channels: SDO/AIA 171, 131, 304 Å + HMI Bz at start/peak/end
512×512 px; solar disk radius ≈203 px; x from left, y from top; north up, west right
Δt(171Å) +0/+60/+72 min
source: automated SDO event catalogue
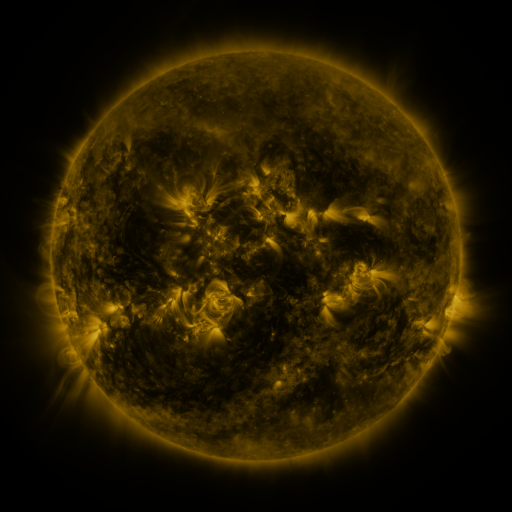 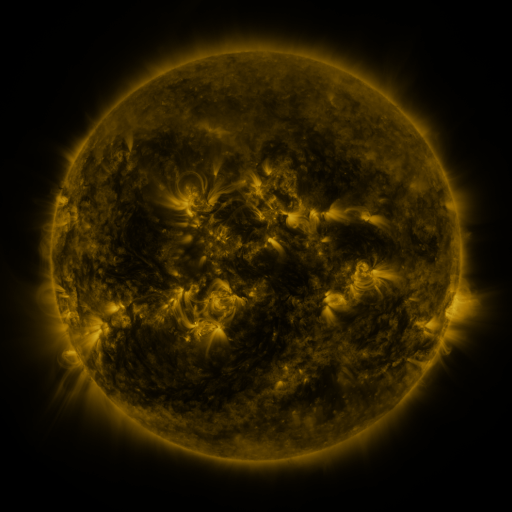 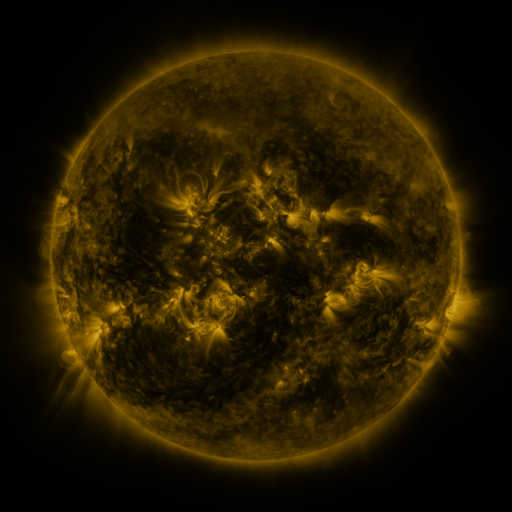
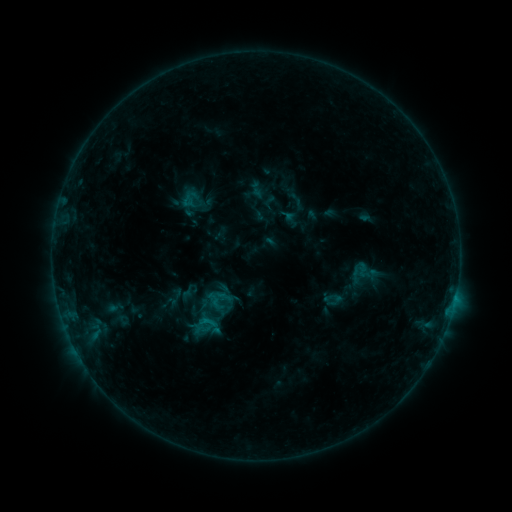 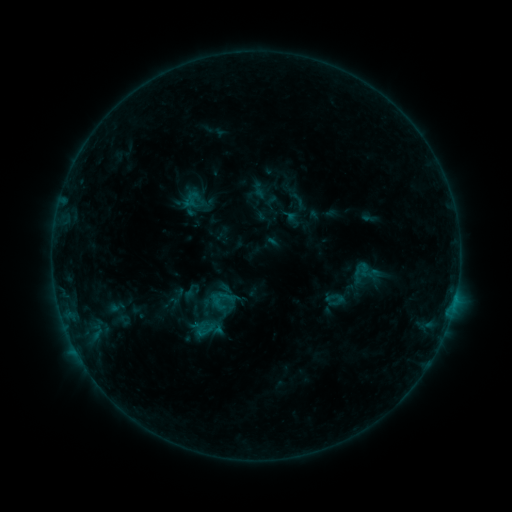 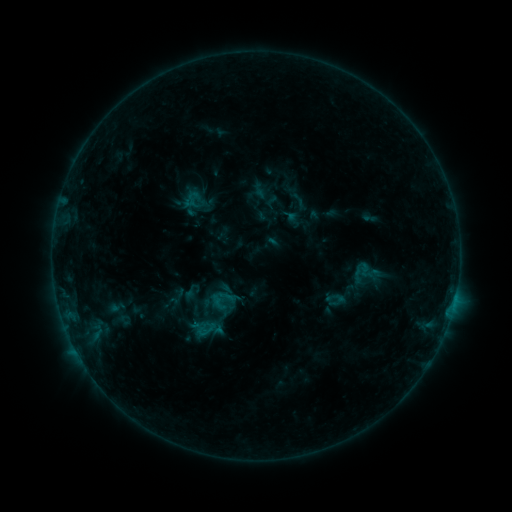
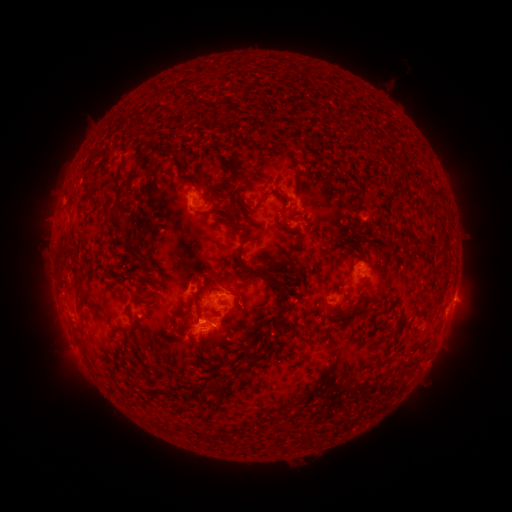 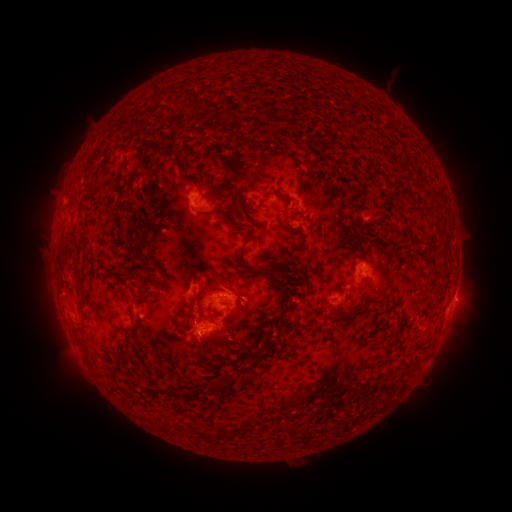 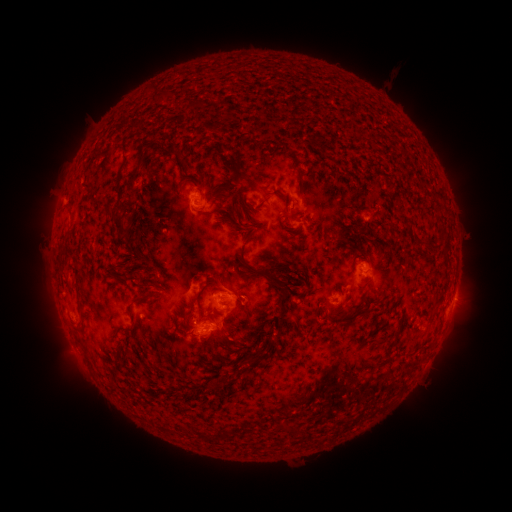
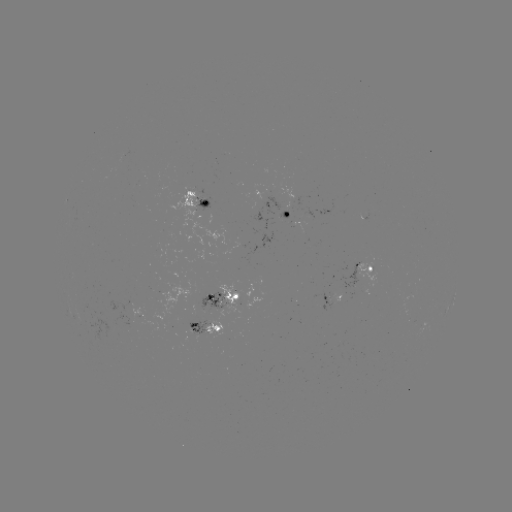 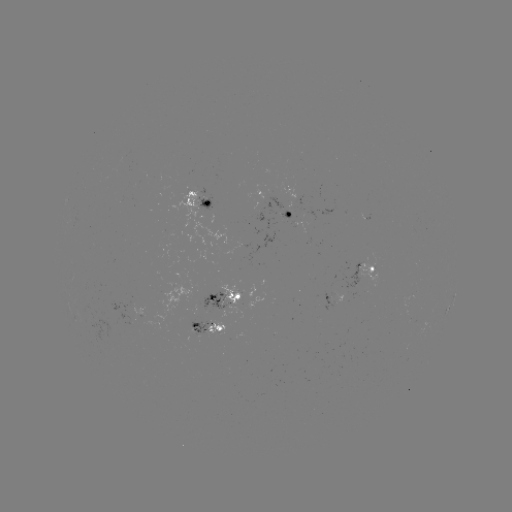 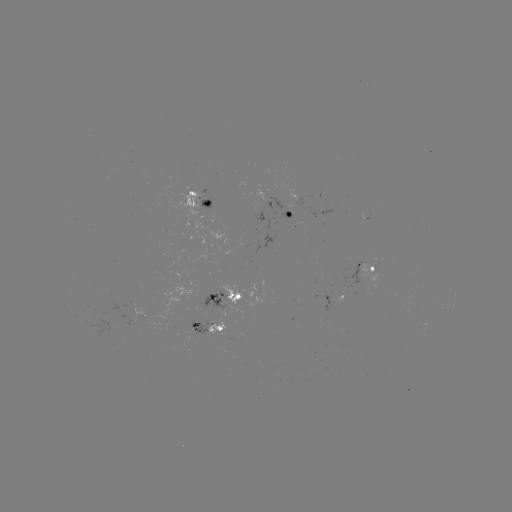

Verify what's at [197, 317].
emerging-flux region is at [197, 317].